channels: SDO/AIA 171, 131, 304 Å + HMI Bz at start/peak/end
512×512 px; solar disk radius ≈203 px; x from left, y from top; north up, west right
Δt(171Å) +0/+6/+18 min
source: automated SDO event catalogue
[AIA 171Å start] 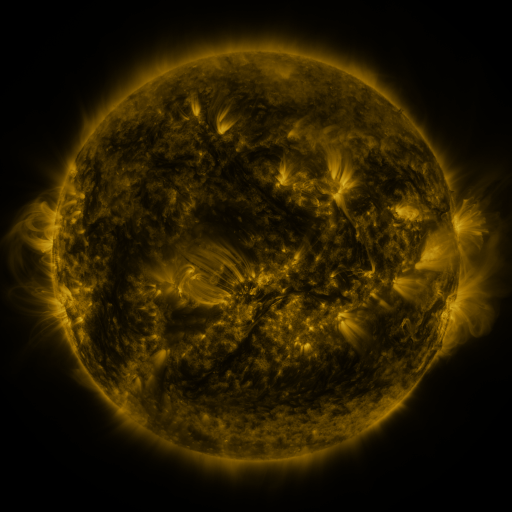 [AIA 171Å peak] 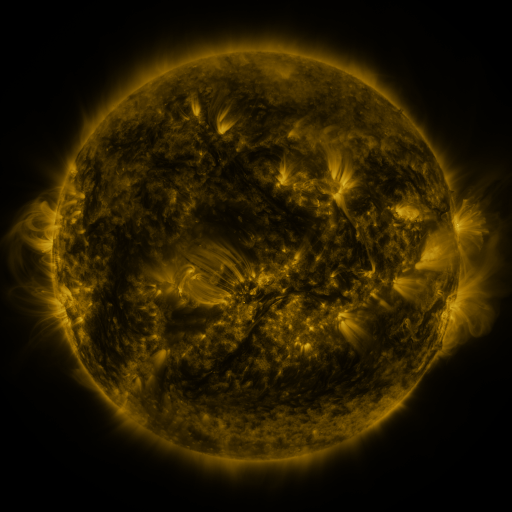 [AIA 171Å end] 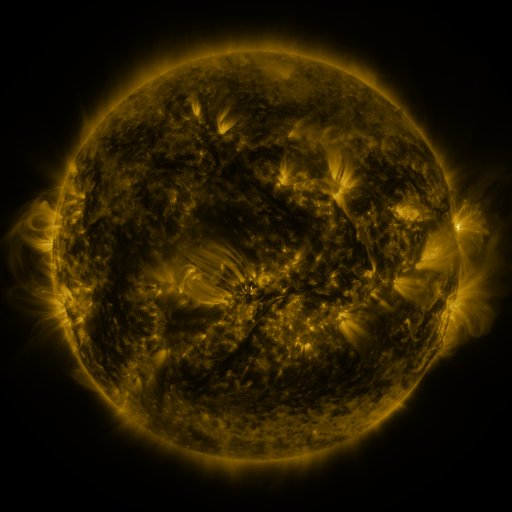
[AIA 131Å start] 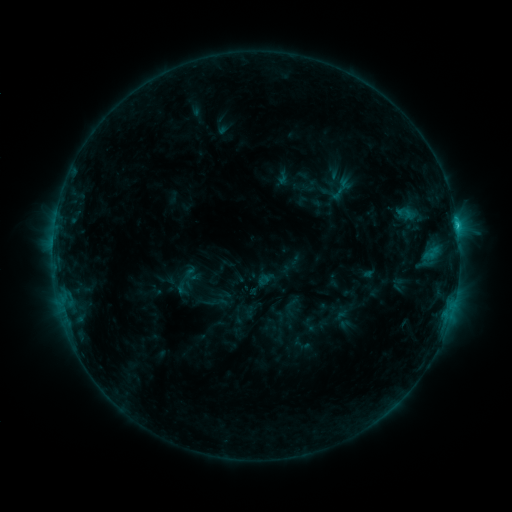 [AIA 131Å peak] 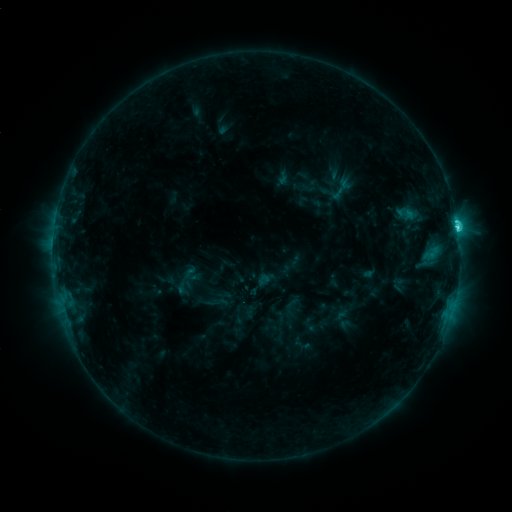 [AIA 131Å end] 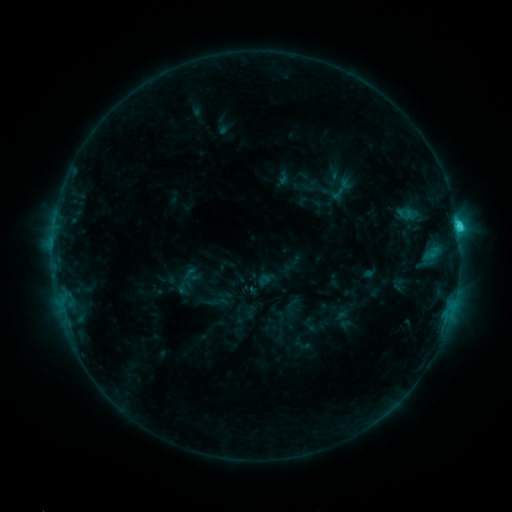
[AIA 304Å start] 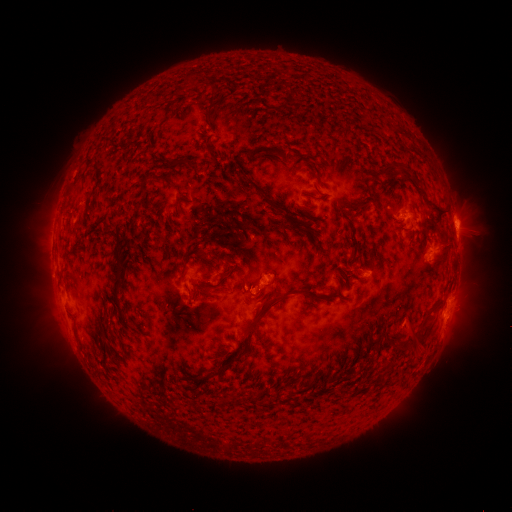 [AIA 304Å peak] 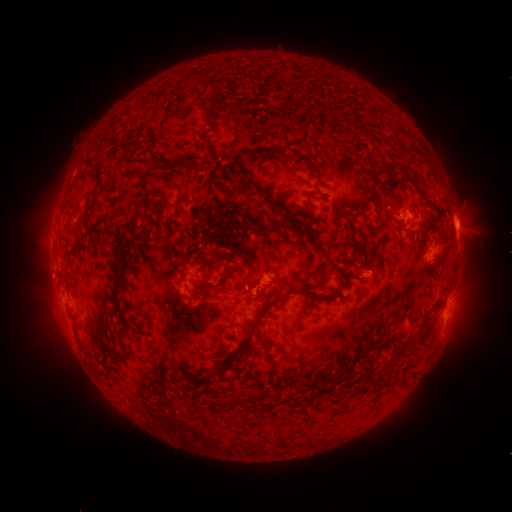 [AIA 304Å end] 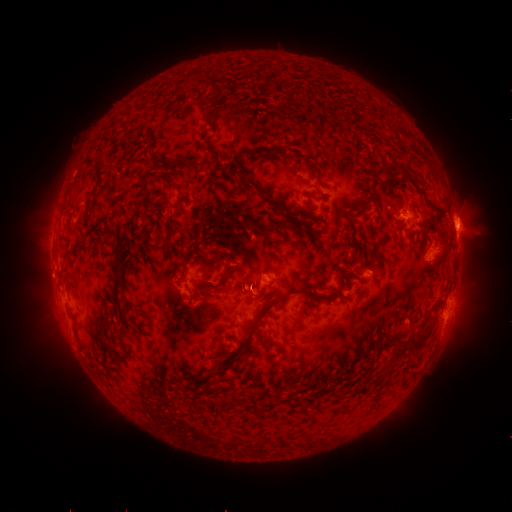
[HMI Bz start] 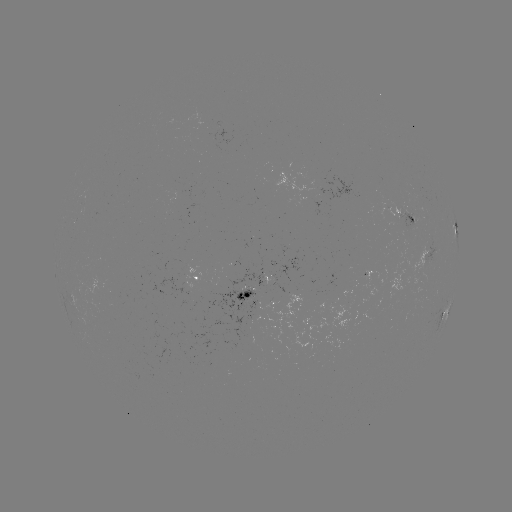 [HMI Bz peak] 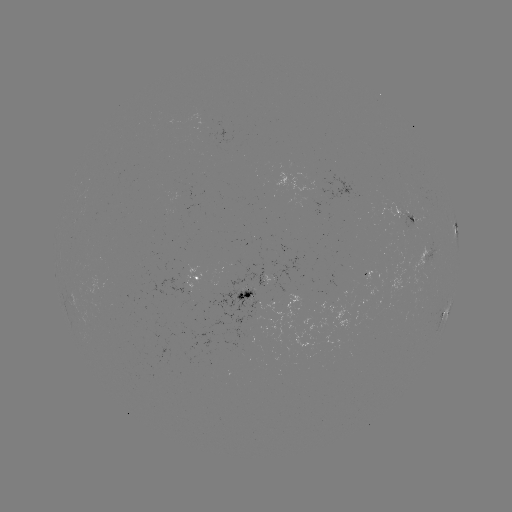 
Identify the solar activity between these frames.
C4.7 flare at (457, 231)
